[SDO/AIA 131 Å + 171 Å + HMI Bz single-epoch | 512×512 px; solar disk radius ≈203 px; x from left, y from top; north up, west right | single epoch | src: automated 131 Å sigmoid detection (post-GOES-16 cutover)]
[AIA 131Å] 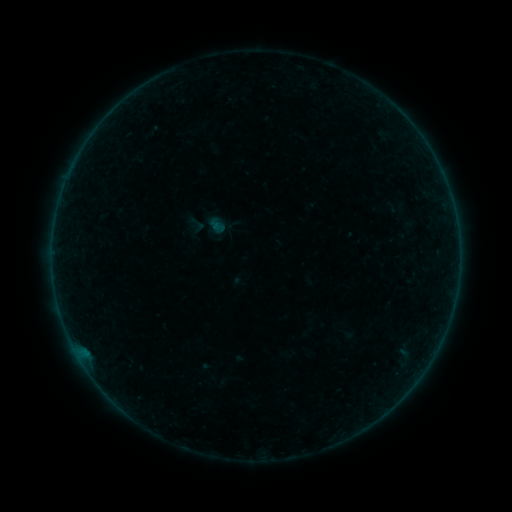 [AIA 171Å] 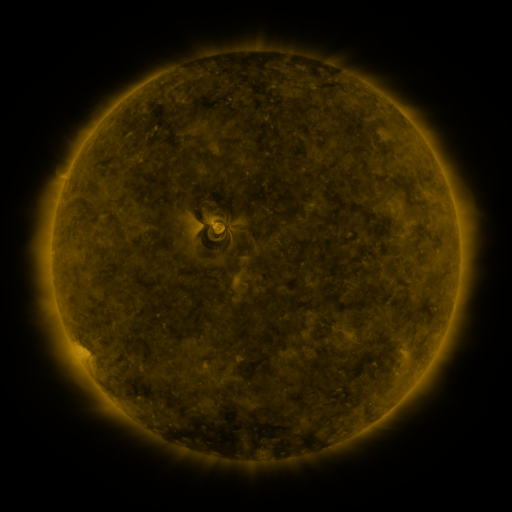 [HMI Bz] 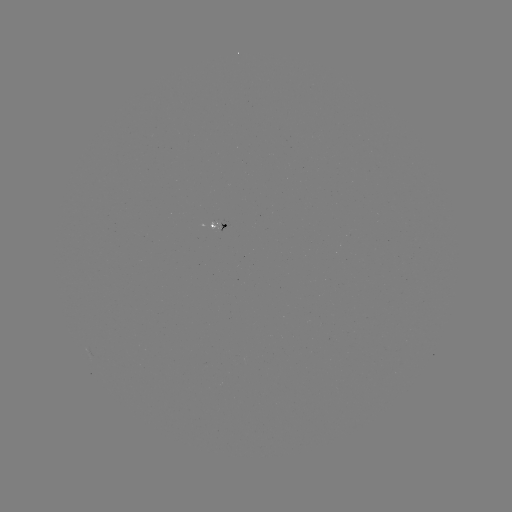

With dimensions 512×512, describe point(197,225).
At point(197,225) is sigmoid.